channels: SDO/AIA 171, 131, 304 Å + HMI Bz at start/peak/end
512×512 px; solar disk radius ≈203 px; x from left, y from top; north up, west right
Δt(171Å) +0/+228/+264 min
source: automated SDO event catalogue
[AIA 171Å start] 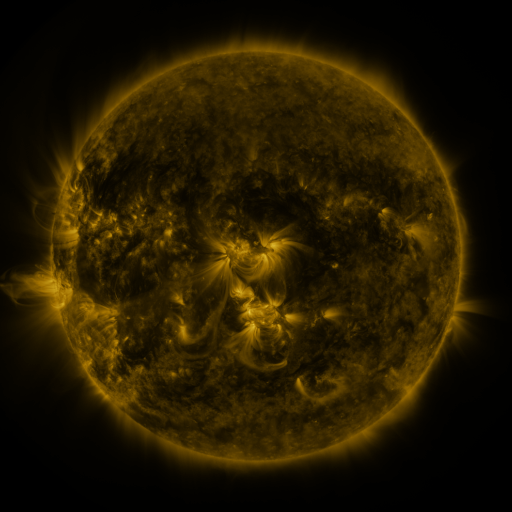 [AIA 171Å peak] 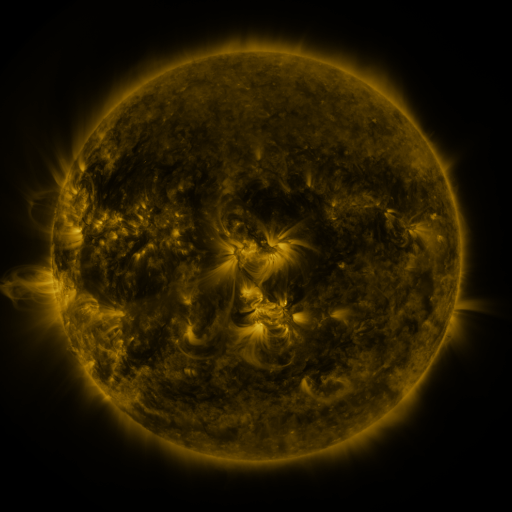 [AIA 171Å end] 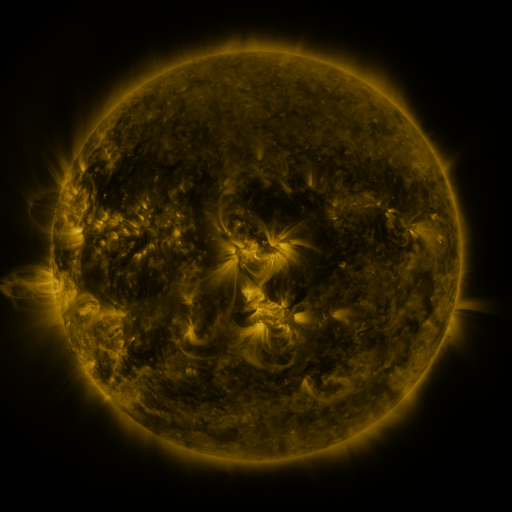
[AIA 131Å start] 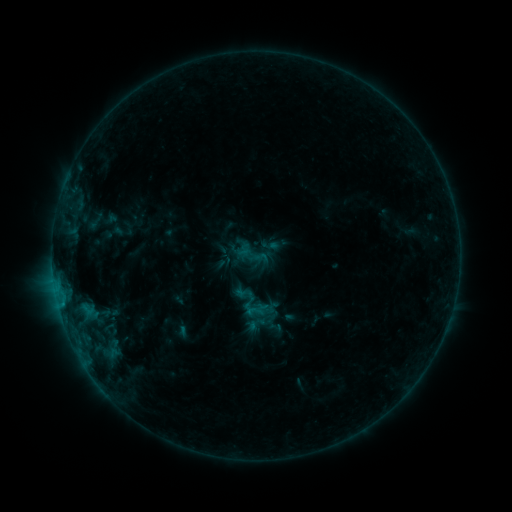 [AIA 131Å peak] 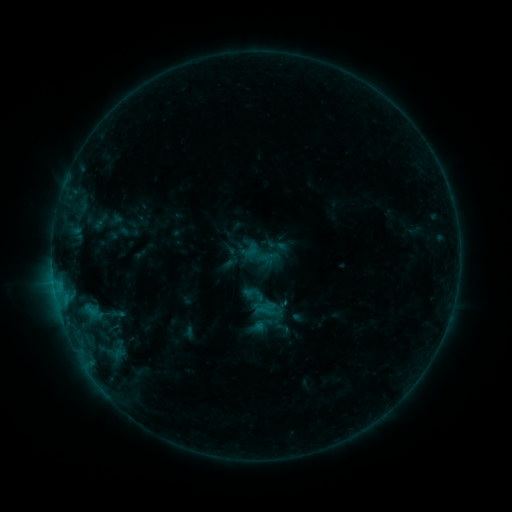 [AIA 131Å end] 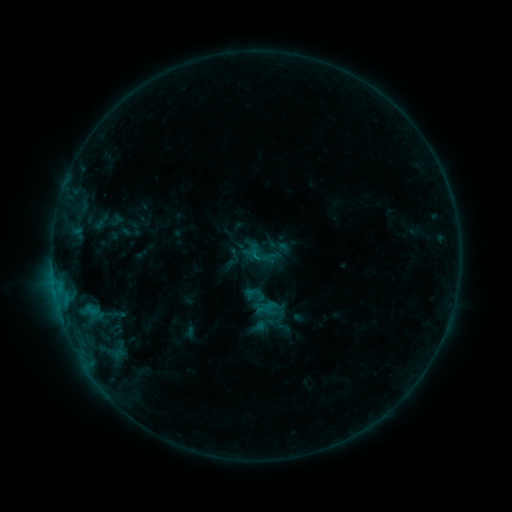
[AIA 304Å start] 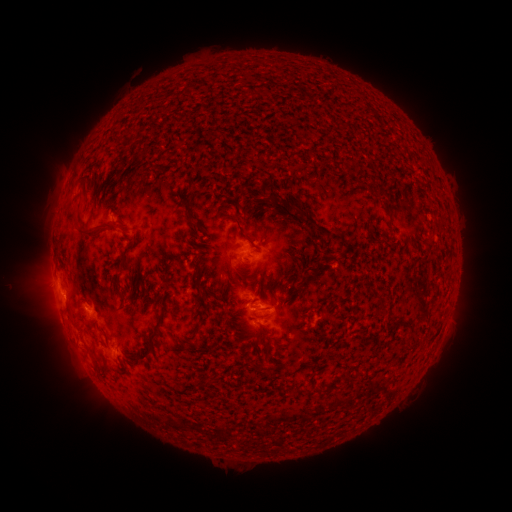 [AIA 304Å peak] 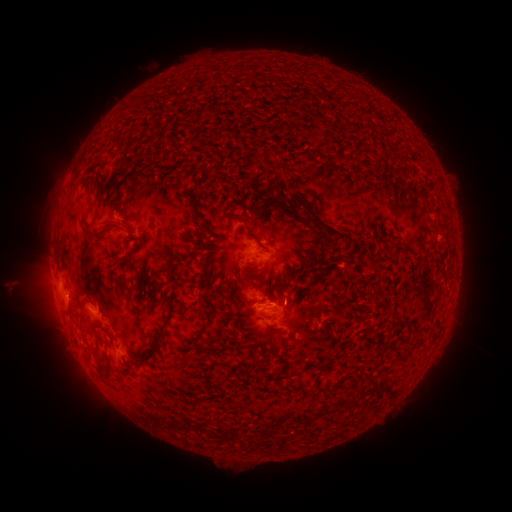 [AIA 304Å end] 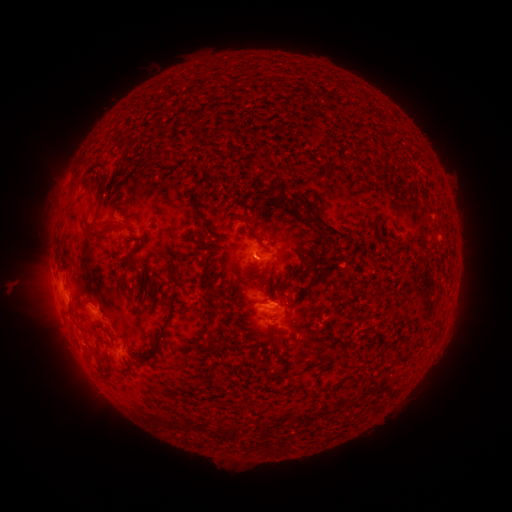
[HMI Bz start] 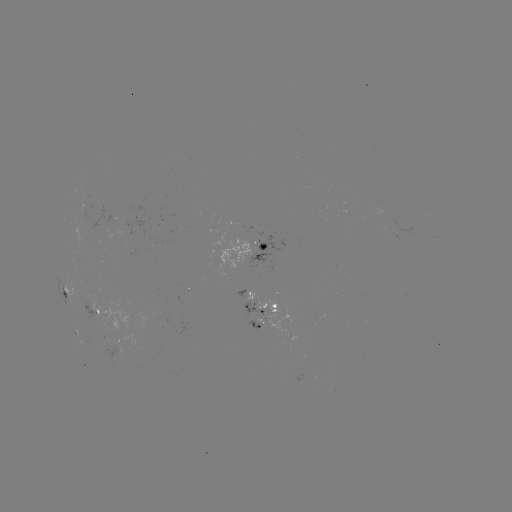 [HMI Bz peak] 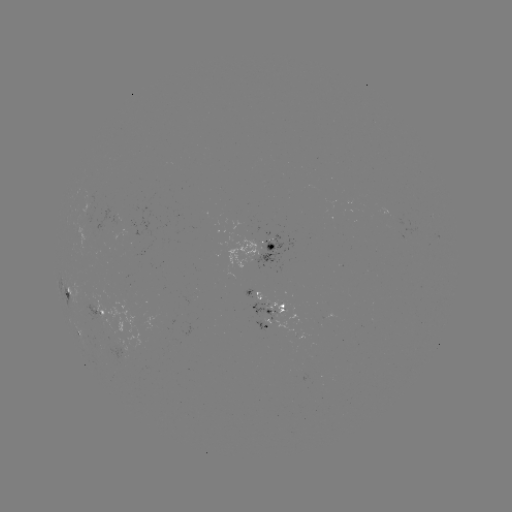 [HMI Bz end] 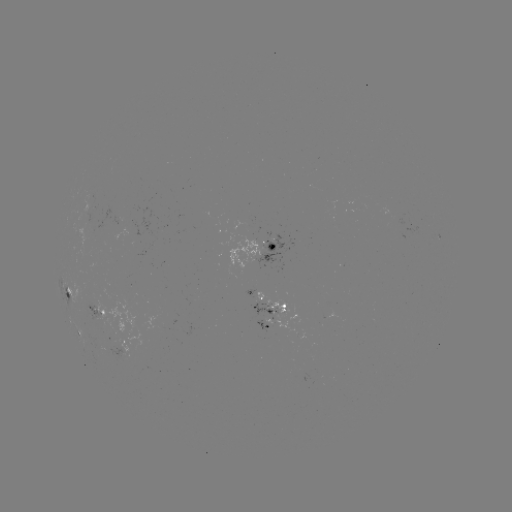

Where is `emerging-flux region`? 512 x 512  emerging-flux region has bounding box [264, 298, 287, 318].